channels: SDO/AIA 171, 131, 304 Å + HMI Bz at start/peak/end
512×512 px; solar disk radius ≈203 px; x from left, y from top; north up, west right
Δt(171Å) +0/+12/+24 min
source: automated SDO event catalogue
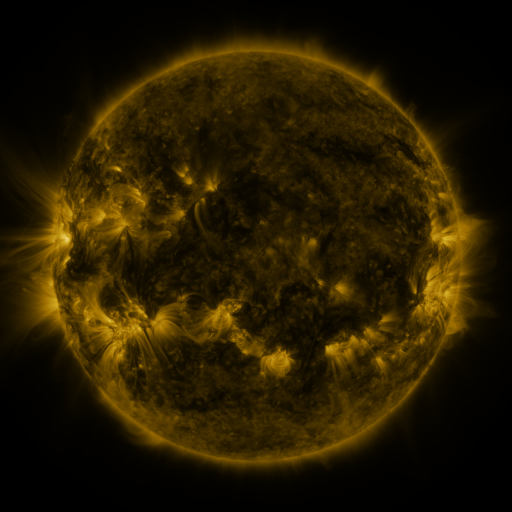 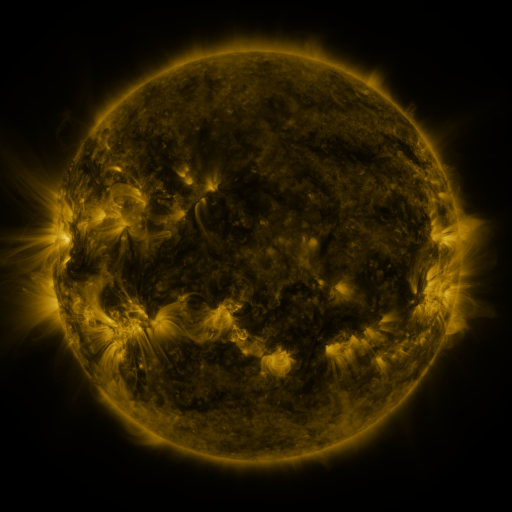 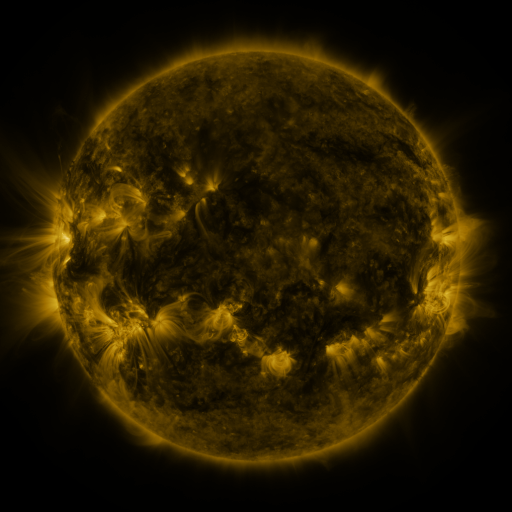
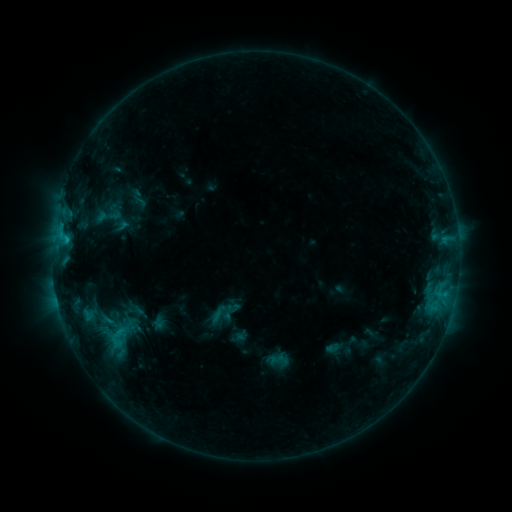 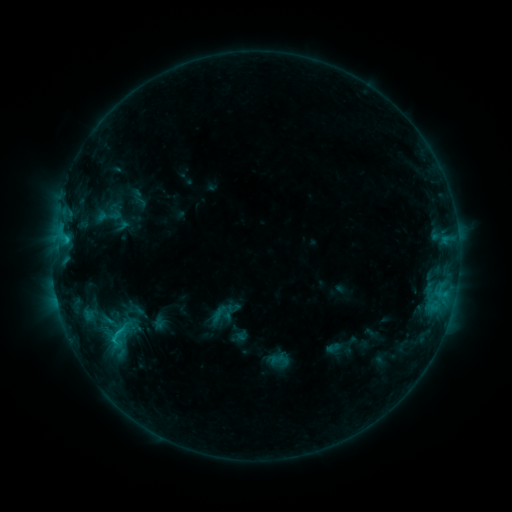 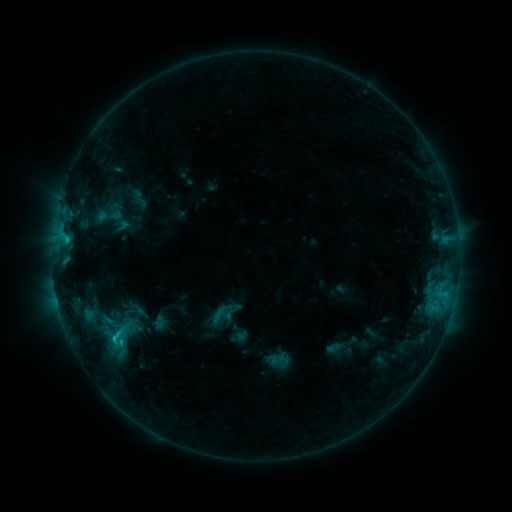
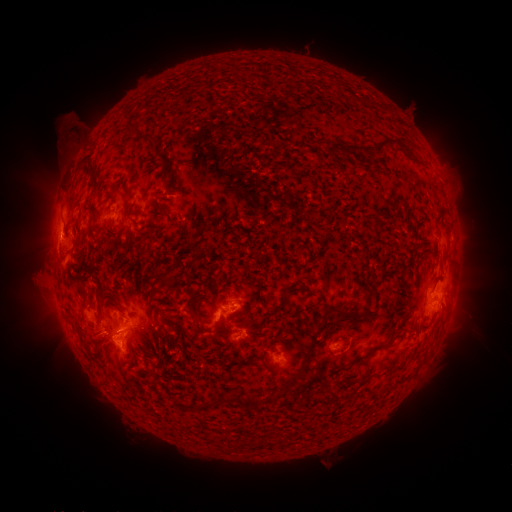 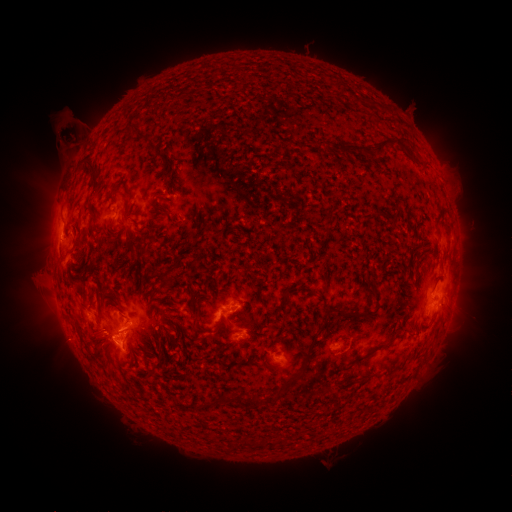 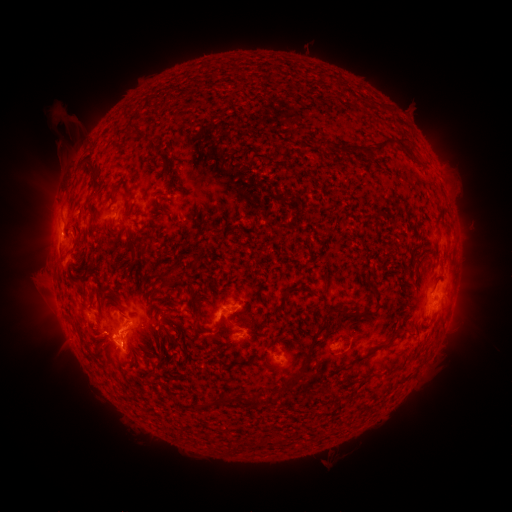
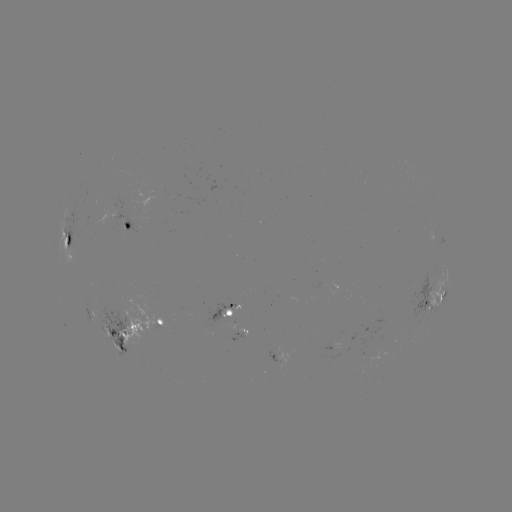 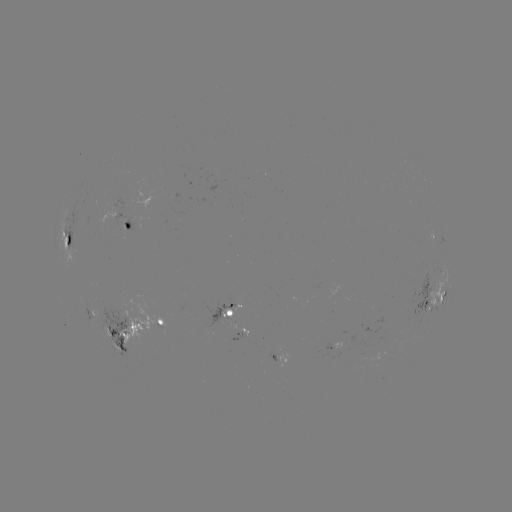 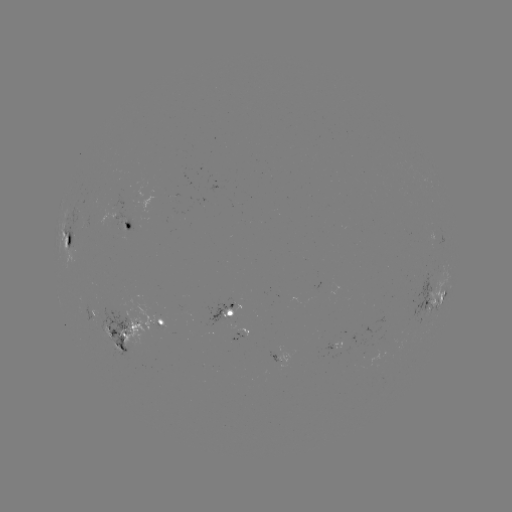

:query eruption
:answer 69,131